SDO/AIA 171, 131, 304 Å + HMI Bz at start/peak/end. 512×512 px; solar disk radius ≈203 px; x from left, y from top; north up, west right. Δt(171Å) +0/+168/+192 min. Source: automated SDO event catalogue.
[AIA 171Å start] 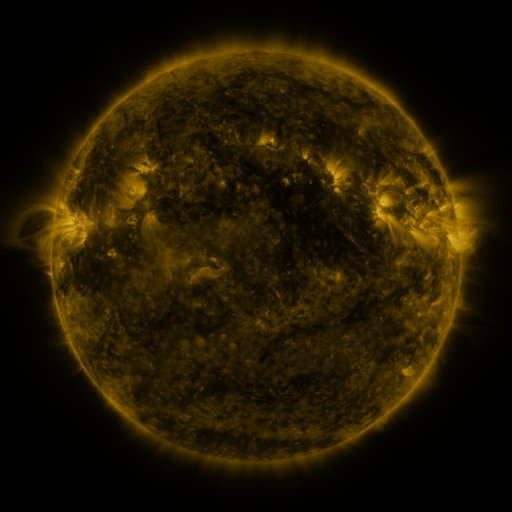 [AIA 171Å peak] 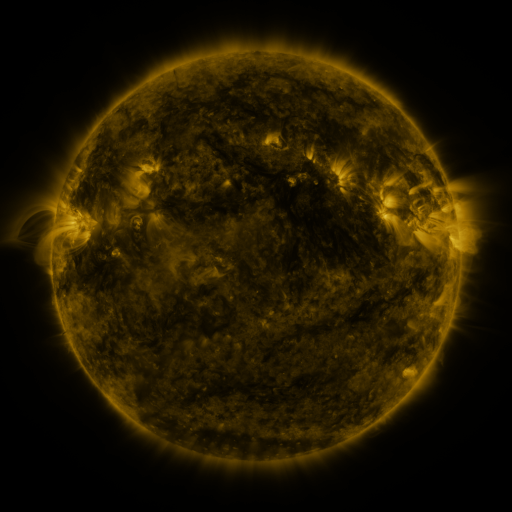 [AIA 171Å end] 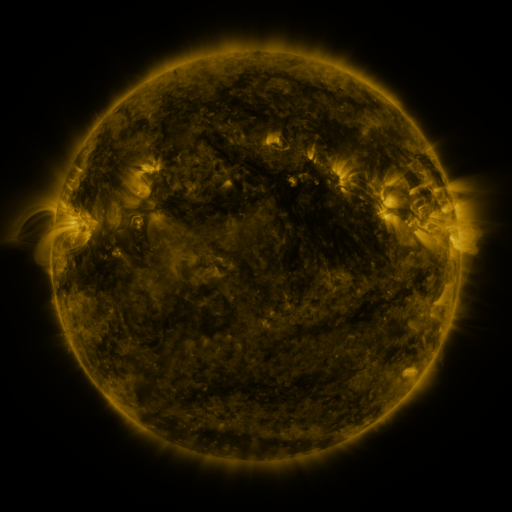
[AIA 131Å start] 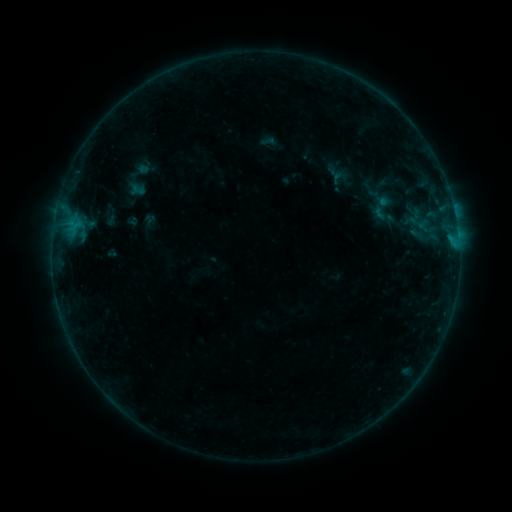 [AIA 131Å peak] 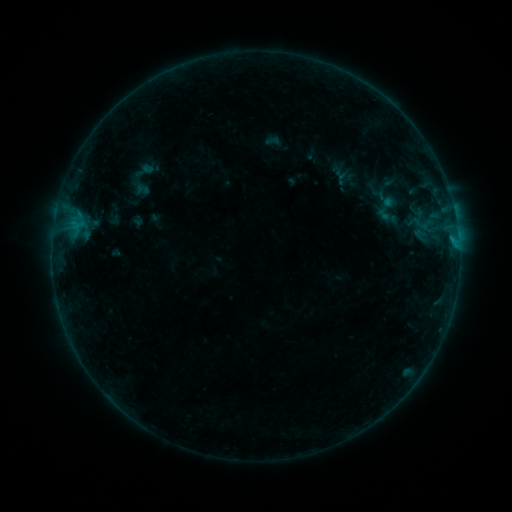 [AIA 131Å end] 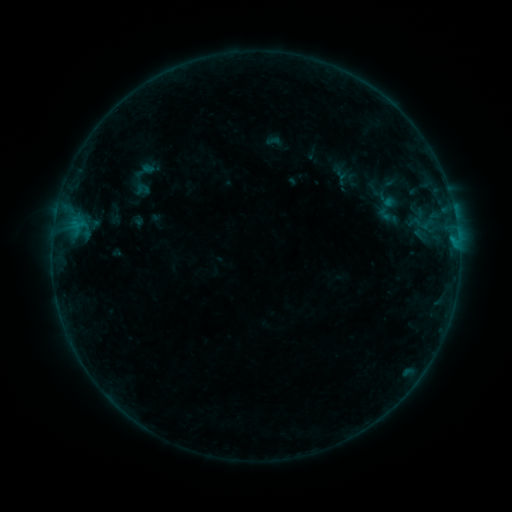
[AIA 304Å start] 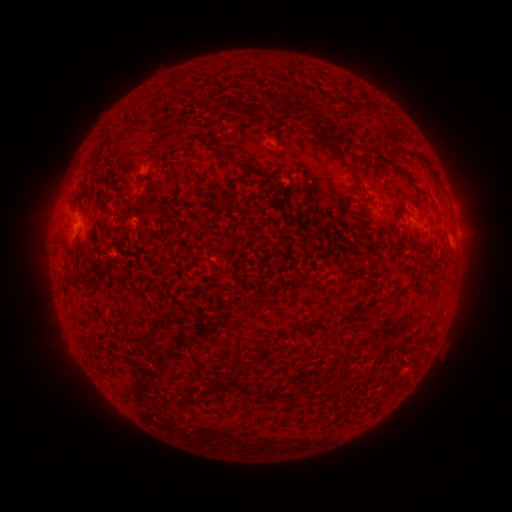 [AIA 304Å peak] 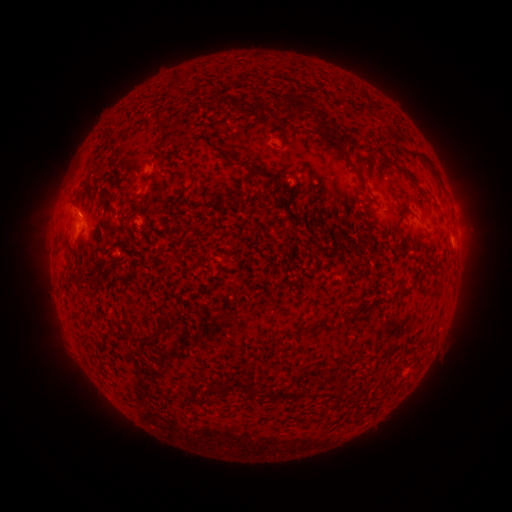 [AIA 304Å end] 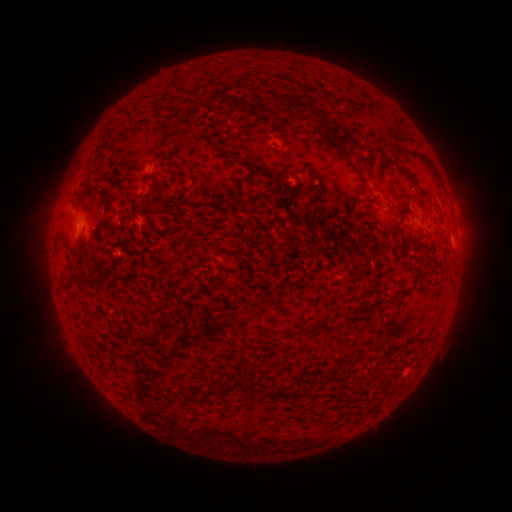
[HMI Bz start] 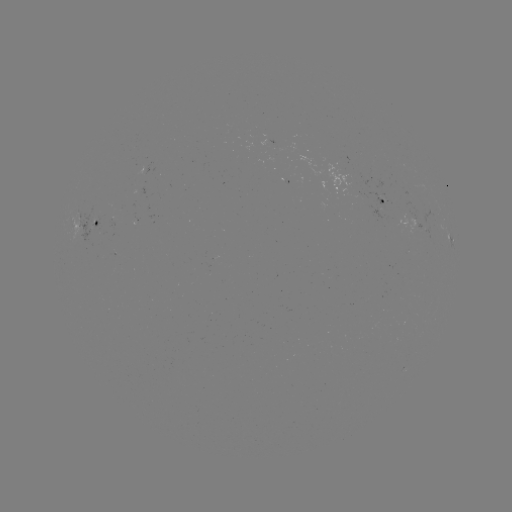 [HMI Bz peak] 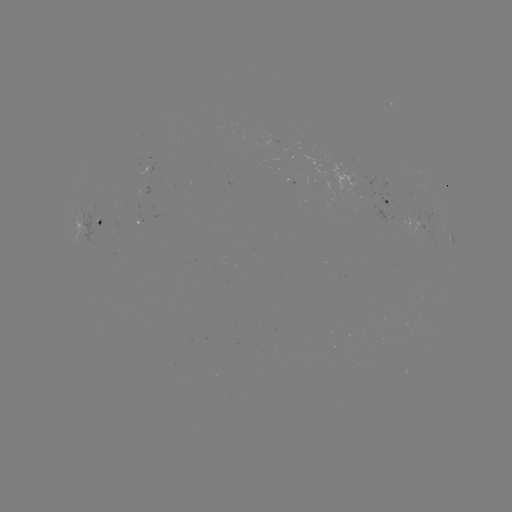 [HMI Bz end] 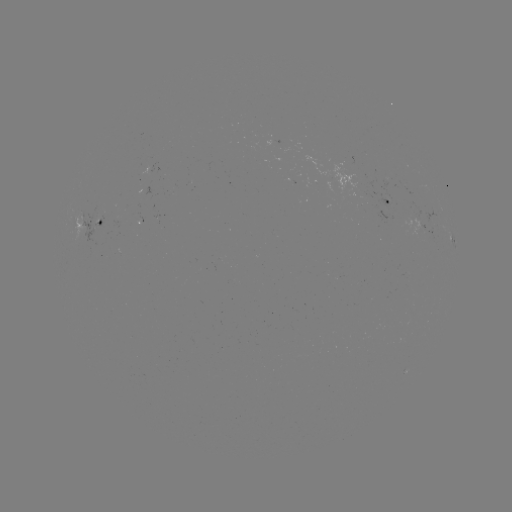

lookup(emerging-flux region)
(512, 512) (91, 228)